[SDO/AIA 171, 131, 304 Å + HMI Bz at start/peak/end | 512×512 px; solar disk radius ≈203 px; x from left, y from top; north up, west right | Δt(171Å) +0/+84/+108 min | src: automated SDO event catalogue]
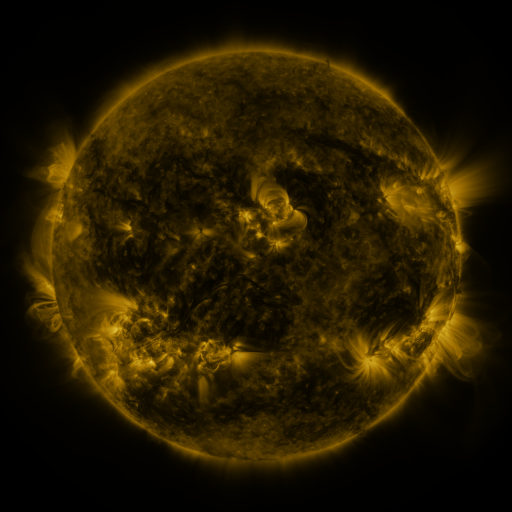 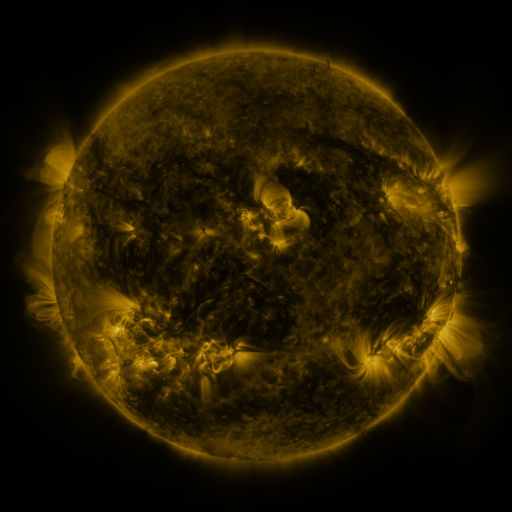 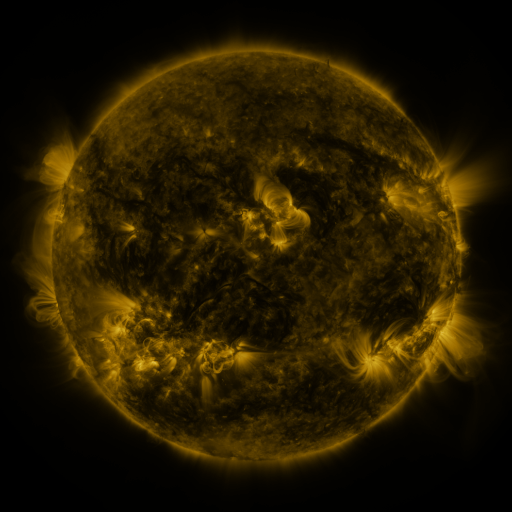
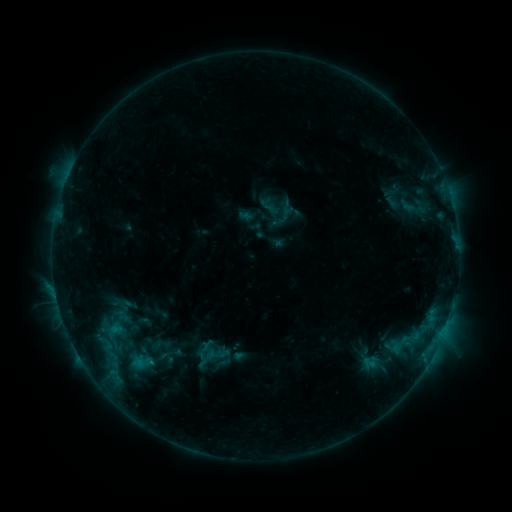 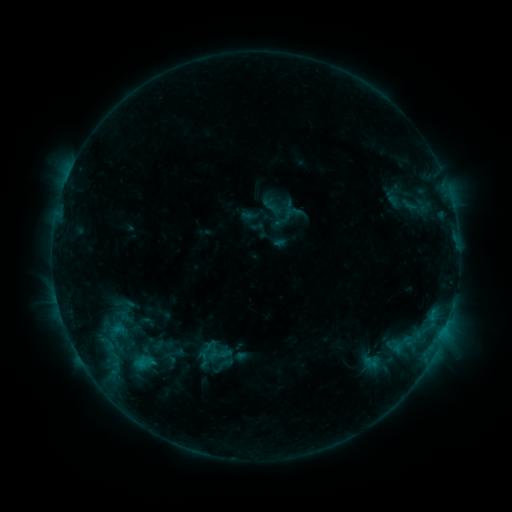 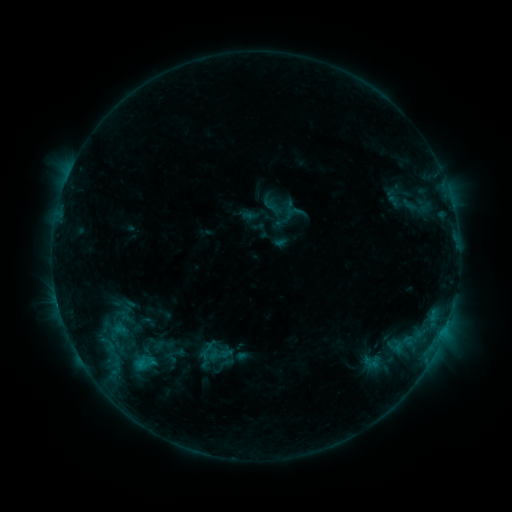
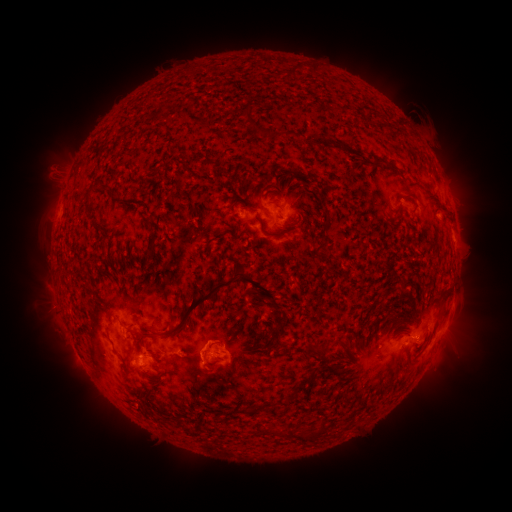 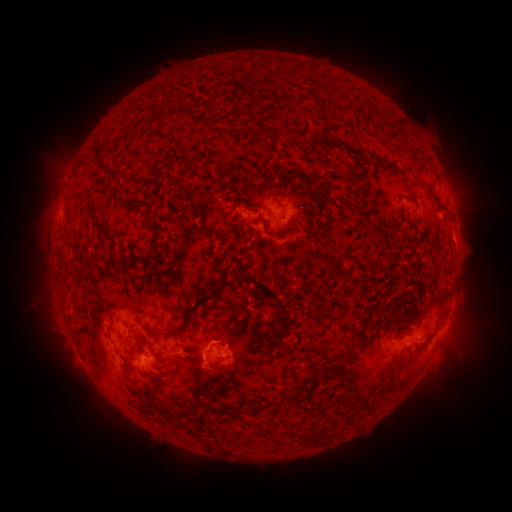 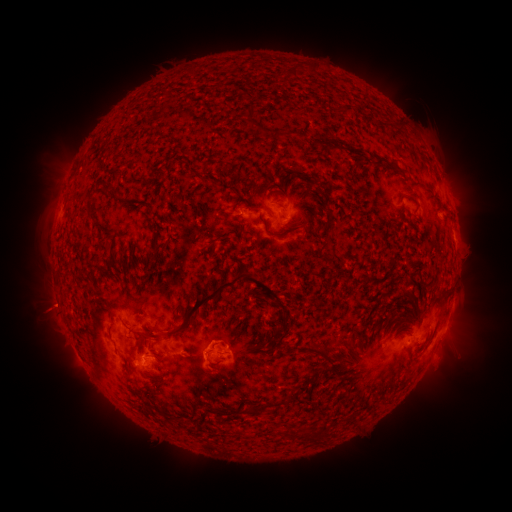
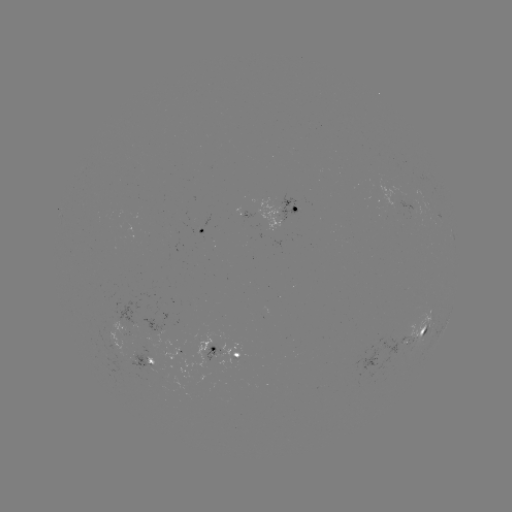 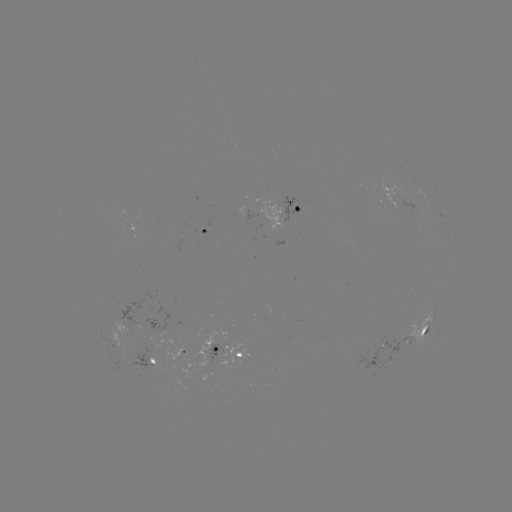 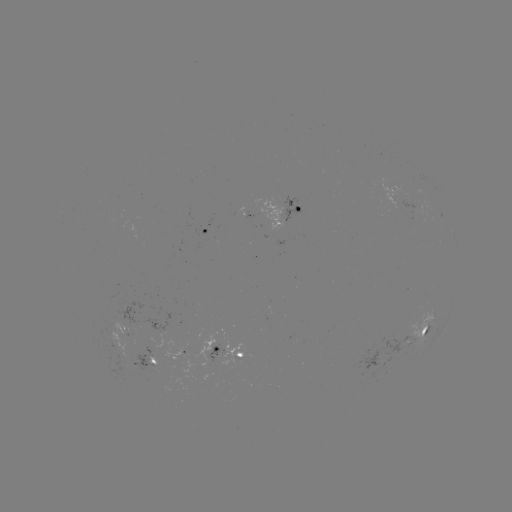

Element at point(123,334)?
emerging-flux region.